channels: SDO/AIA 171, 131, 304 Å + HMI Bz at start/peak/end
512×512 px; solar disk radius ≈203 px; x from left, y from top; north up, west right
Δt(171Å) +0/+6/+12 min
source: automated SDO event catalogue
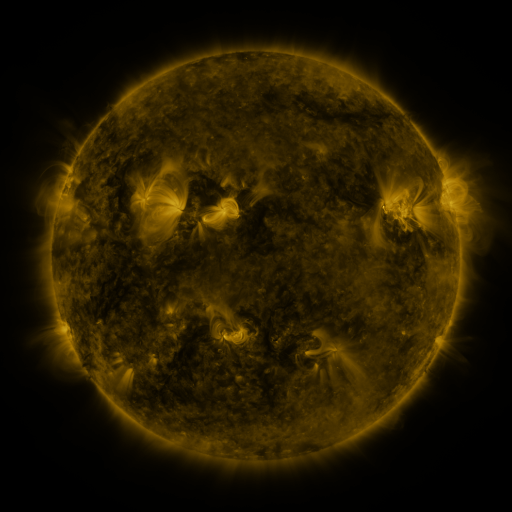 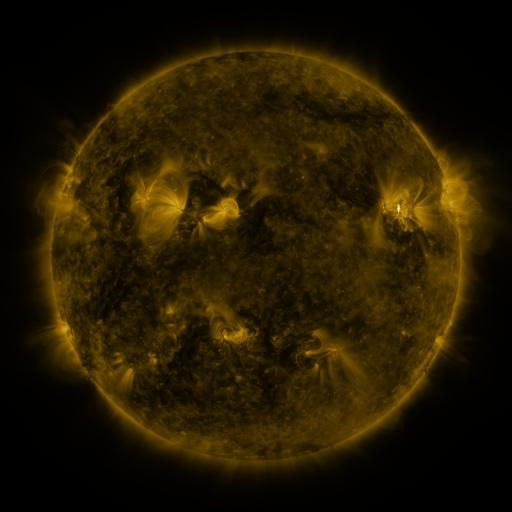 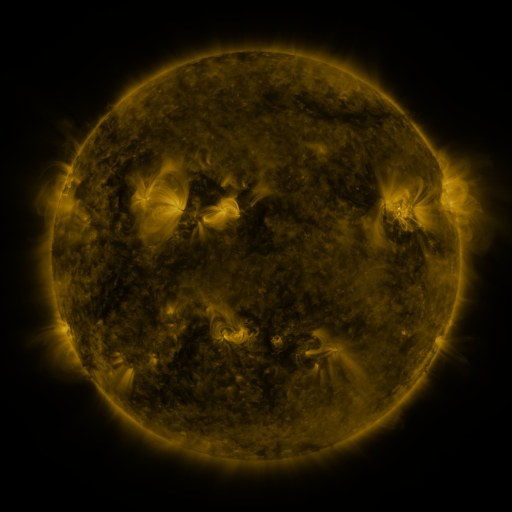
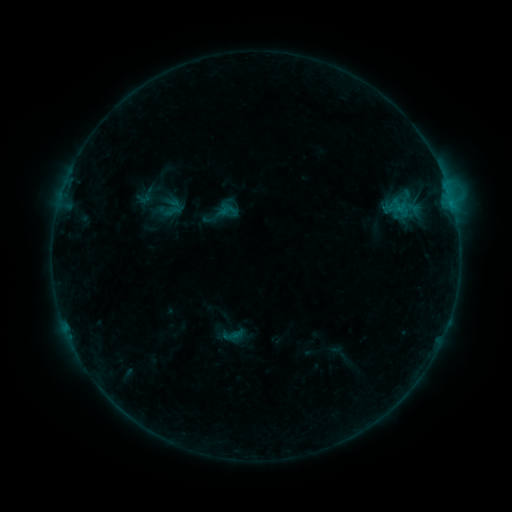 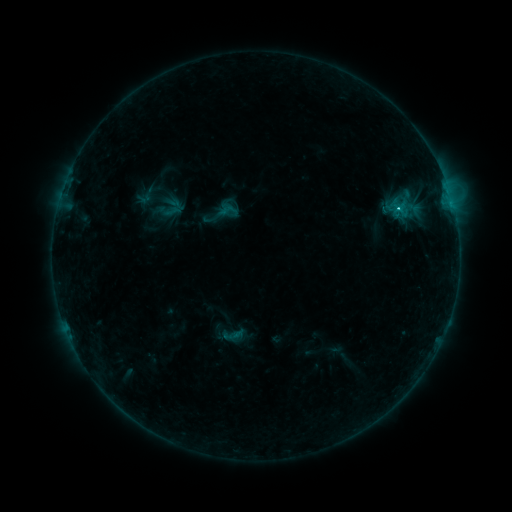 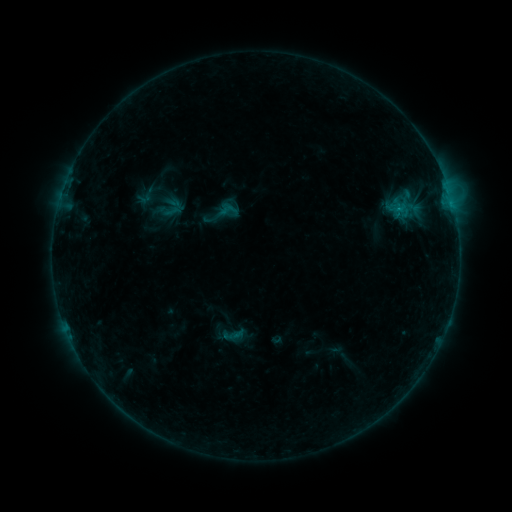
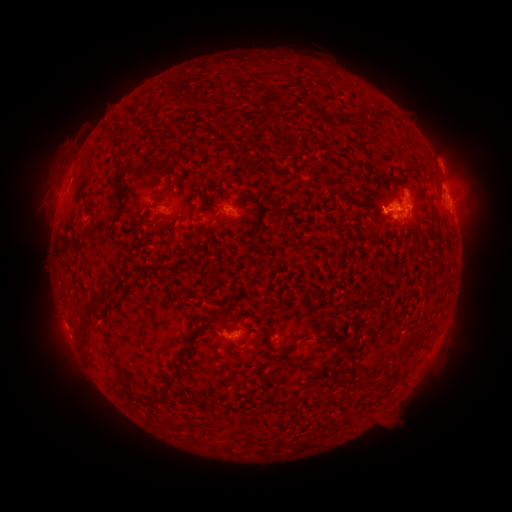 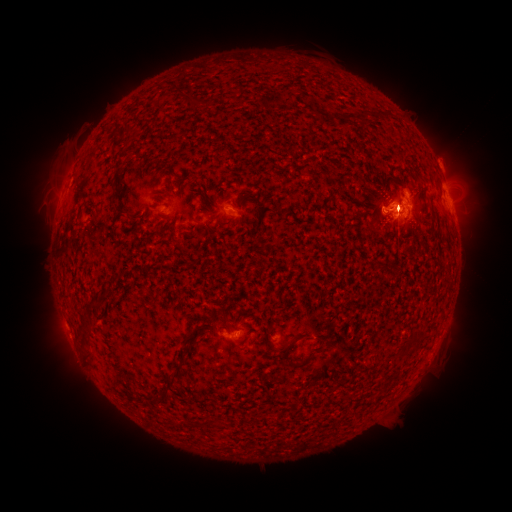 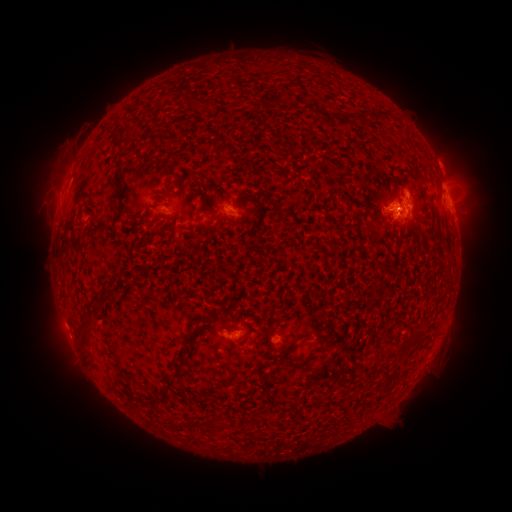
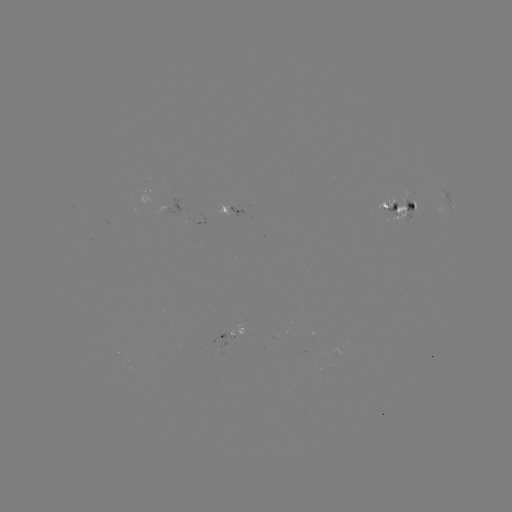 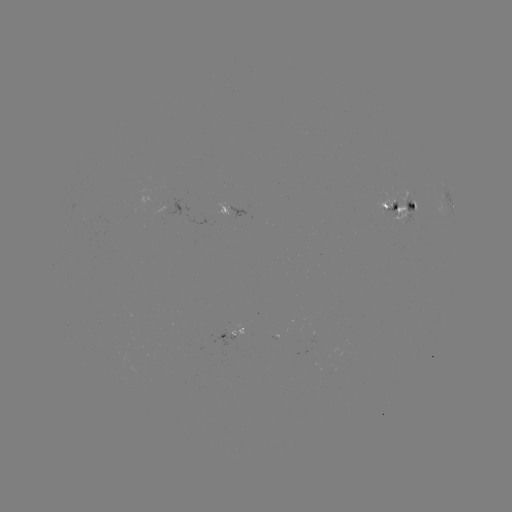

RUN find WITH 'B7.2 flare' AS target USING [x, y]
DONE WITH [398, 211] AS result